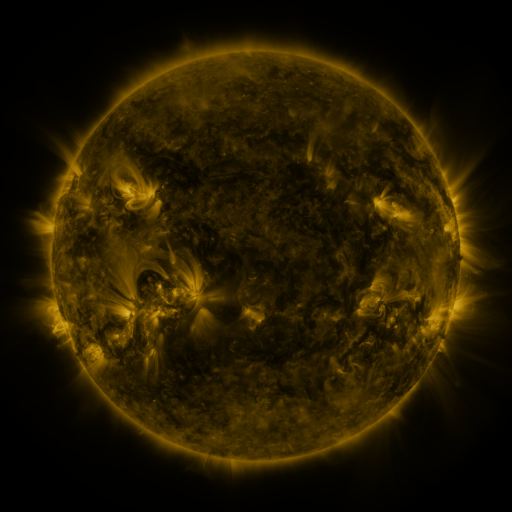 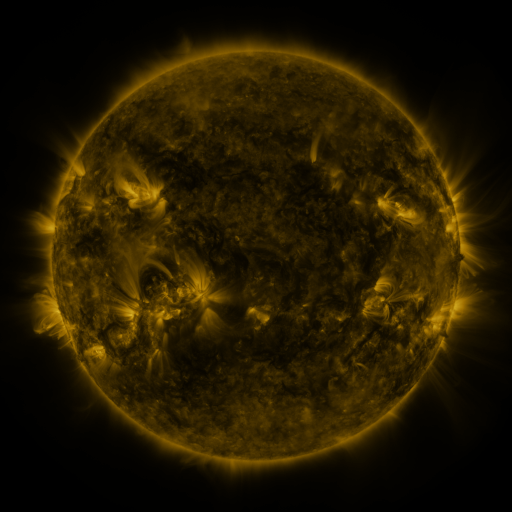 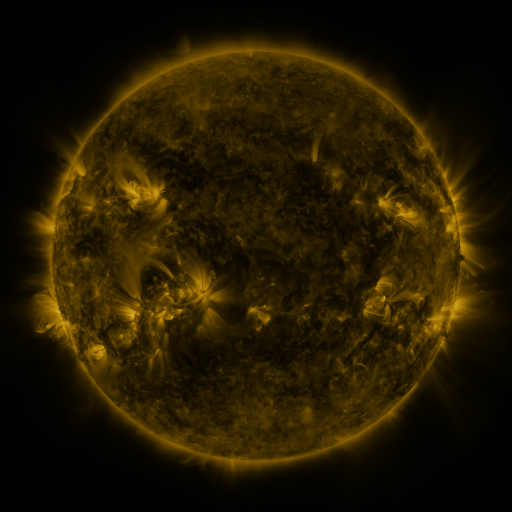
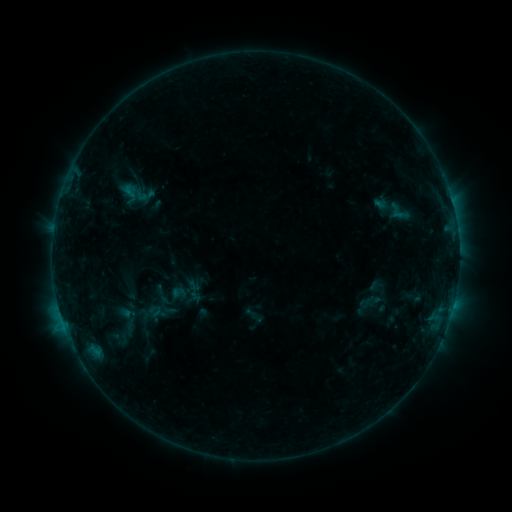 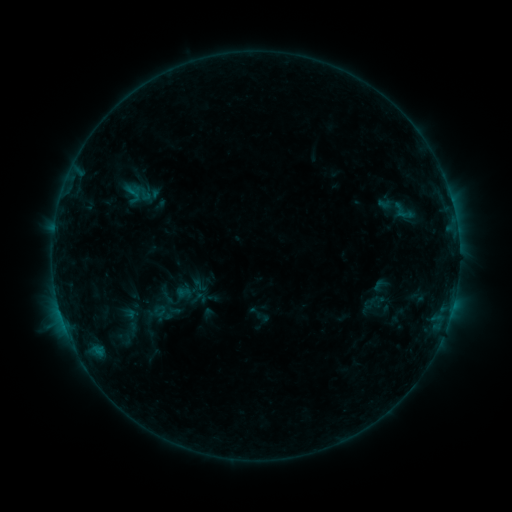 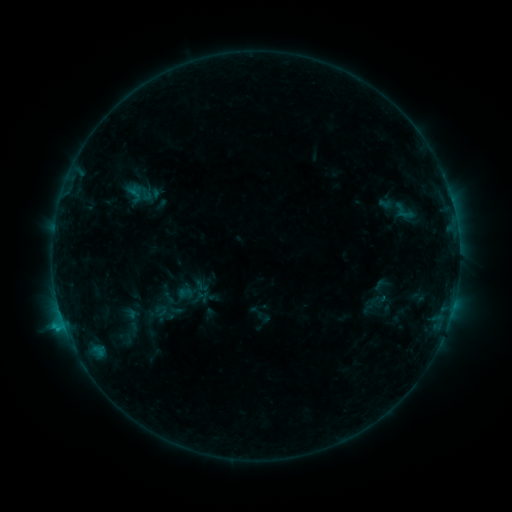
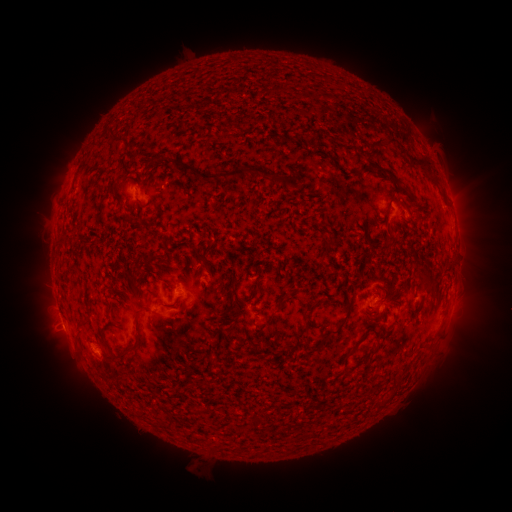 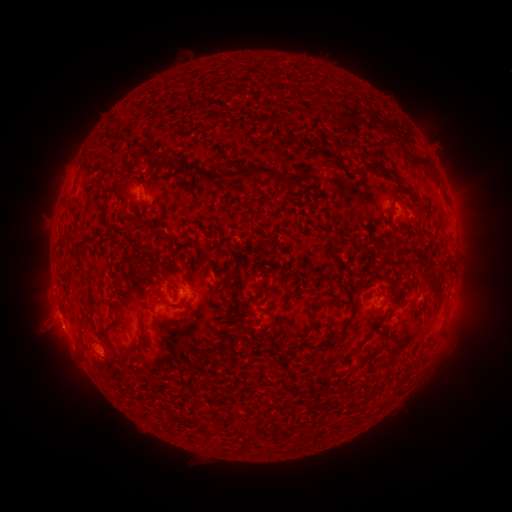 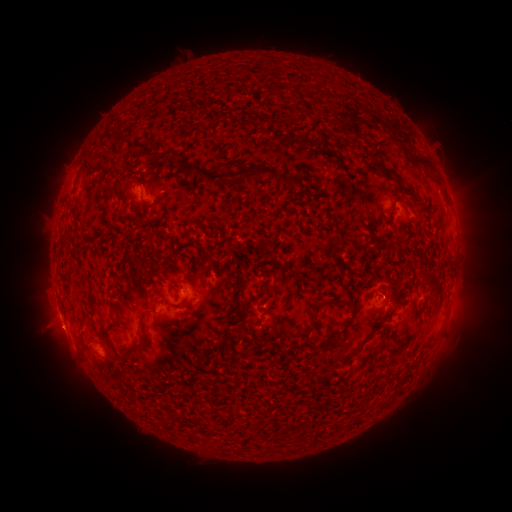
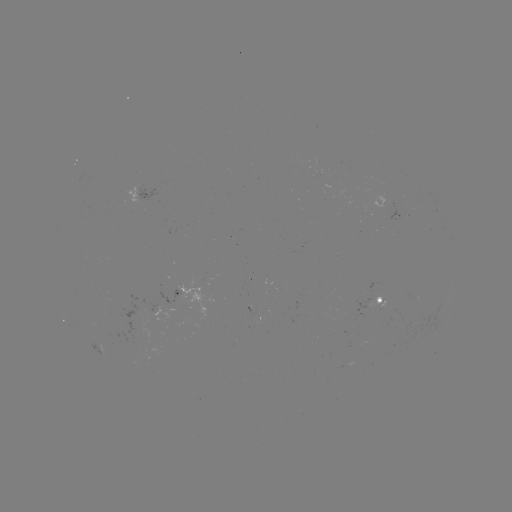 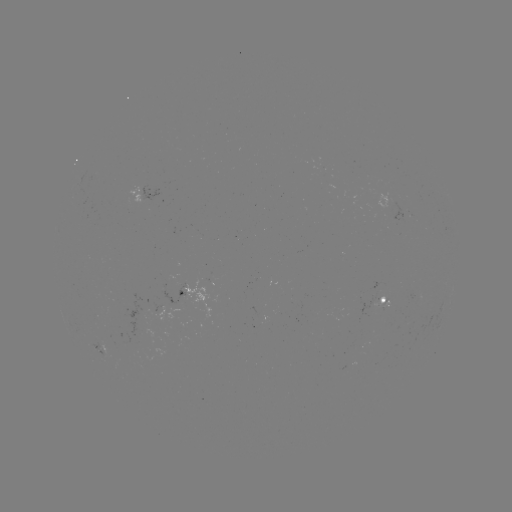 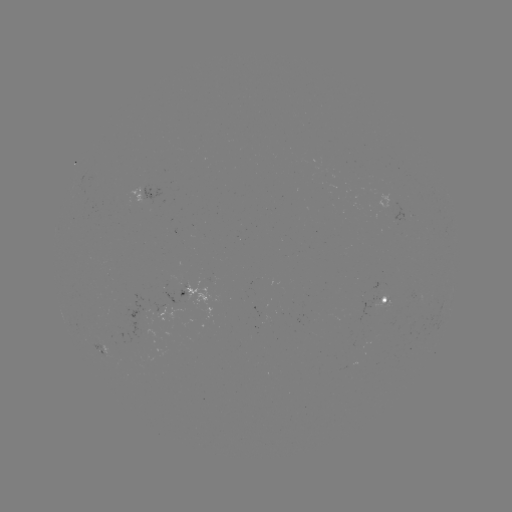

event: emerging-flux region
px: (177, 289)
